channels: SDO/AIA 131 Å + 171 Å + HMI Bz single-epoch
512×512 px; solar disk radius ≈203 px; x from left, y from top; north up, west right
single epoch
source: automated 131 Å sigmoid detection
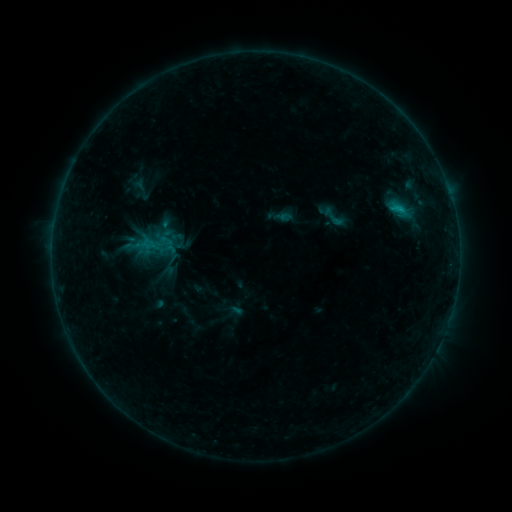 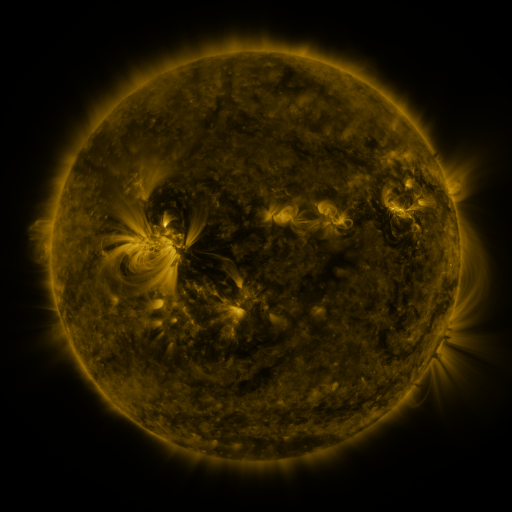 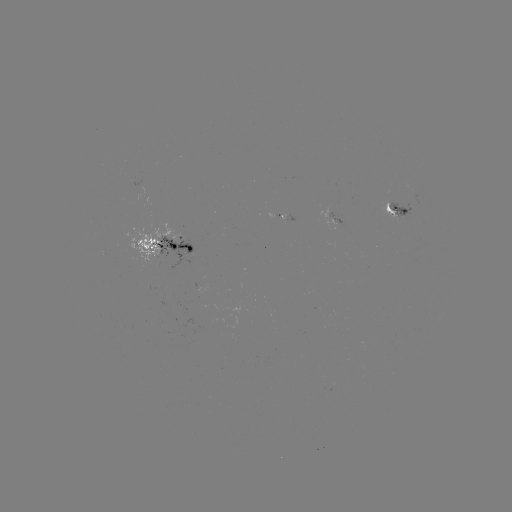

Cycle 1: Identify sigmoid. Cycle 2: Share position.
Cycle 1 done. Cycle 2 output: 334,217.